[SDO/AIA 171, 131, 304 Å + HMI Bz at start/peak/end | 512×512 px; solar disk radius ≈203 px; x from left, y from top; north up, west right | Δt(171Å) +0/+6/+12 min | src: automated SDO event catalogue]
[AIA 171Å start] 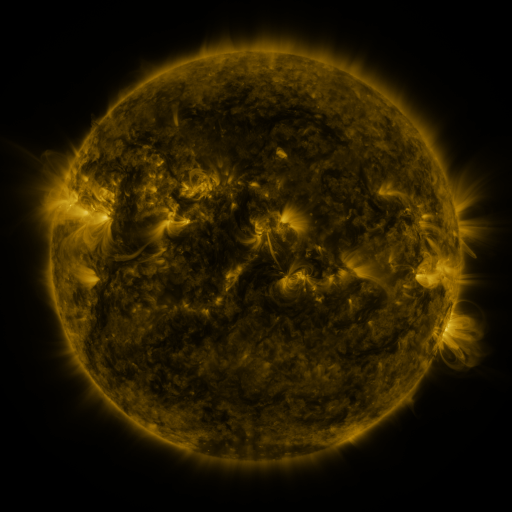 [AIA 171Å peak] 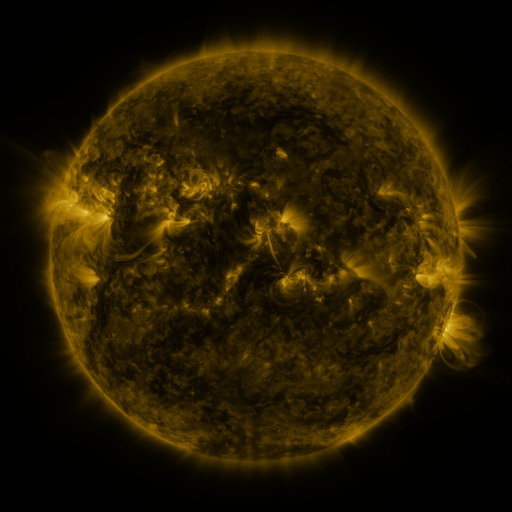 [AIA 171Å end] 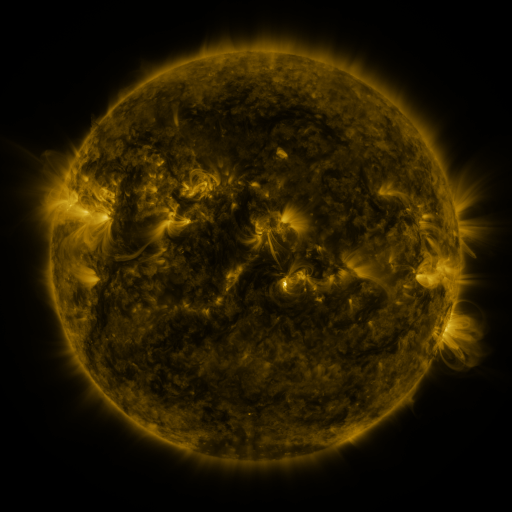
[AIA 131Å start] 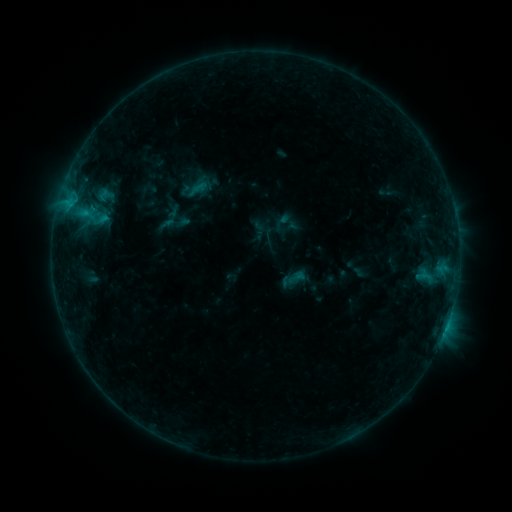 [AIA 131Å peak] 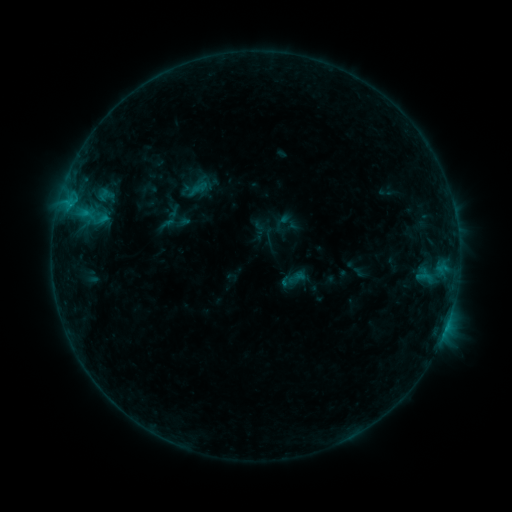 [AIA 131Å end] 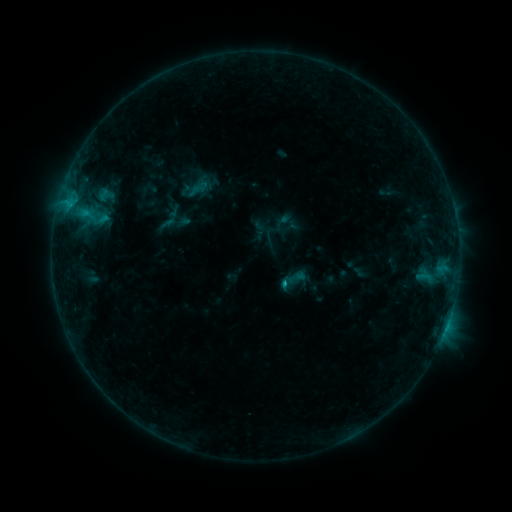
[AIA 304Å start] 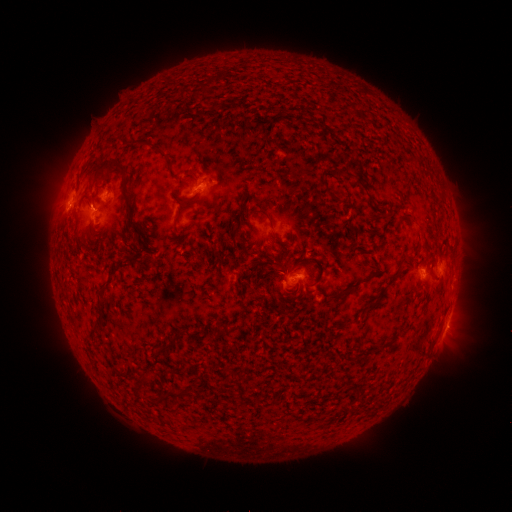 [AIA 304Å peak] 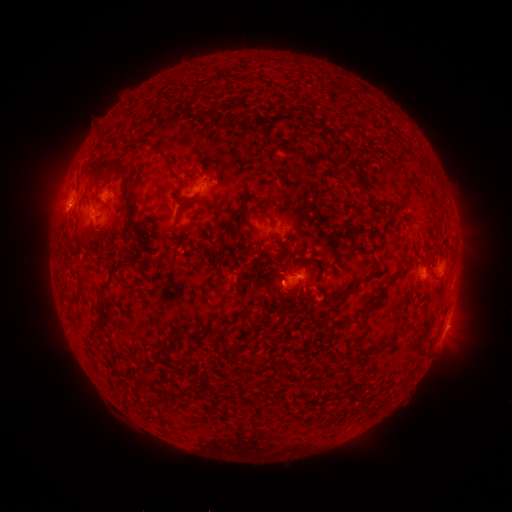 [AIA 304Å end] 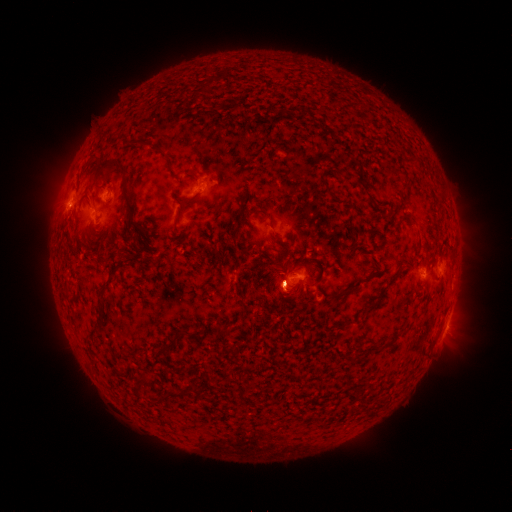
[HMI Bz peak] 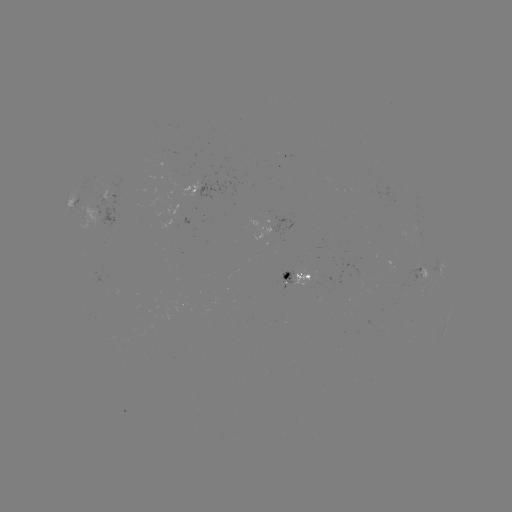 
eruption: [256, 246, 308, 324]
